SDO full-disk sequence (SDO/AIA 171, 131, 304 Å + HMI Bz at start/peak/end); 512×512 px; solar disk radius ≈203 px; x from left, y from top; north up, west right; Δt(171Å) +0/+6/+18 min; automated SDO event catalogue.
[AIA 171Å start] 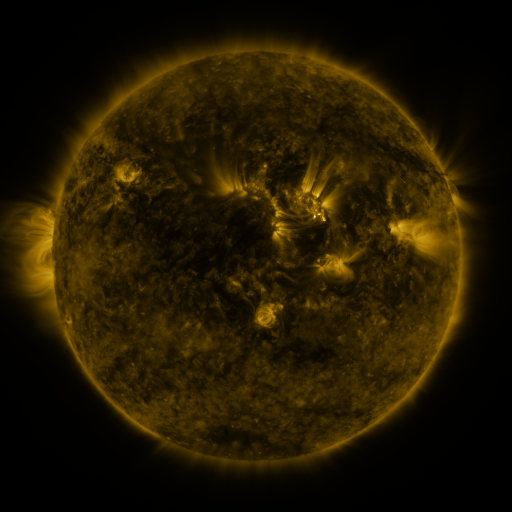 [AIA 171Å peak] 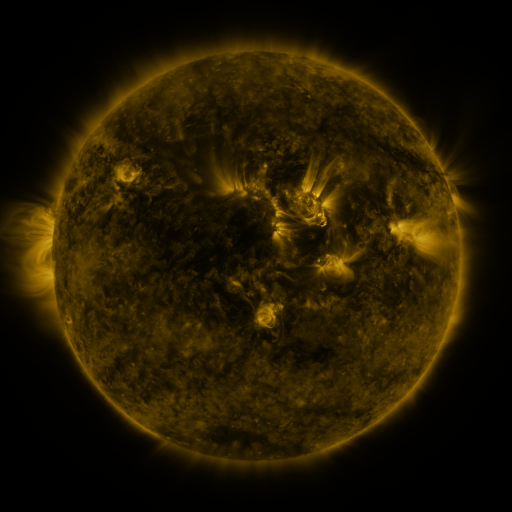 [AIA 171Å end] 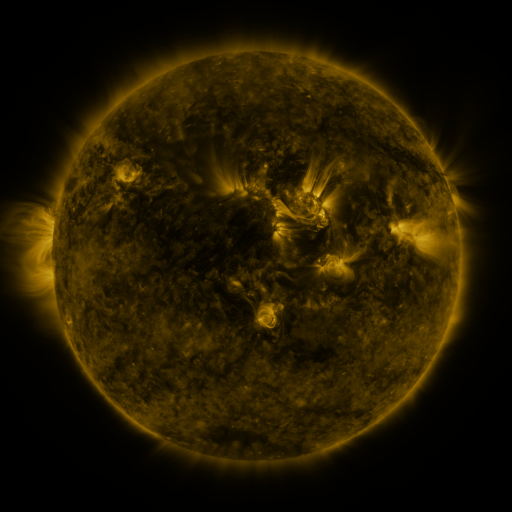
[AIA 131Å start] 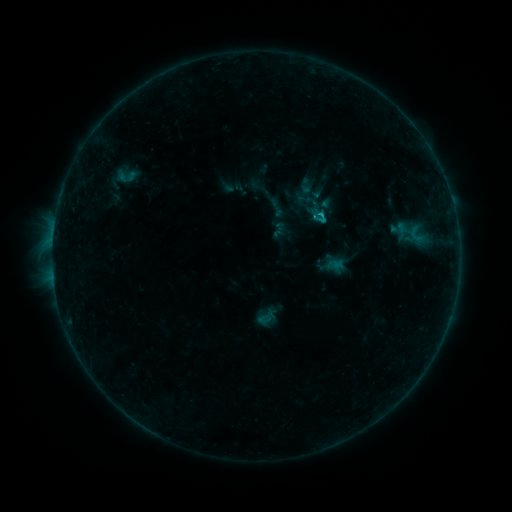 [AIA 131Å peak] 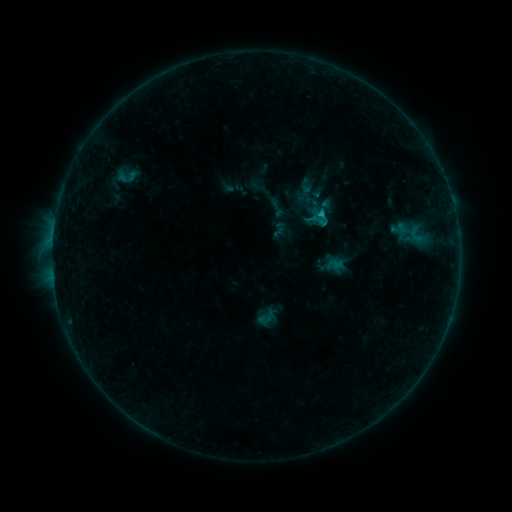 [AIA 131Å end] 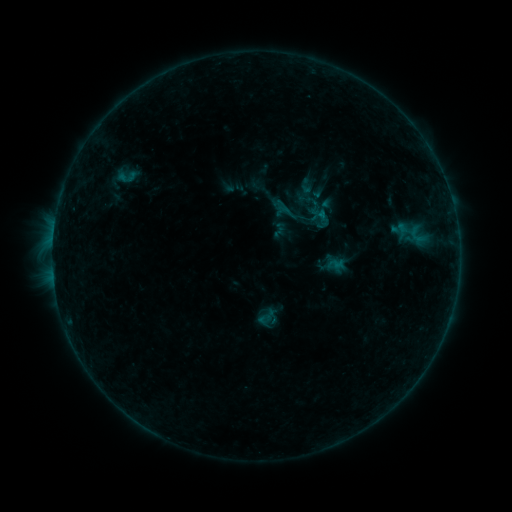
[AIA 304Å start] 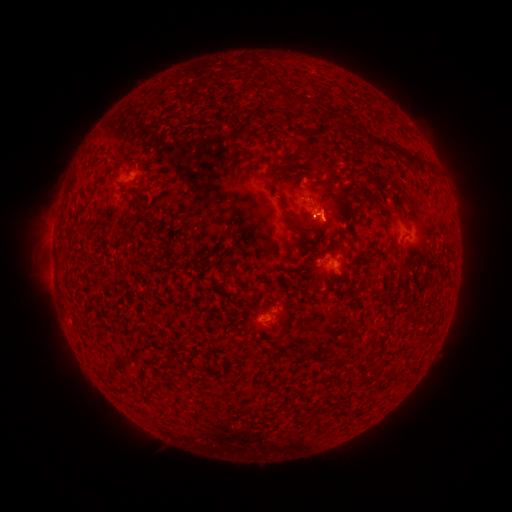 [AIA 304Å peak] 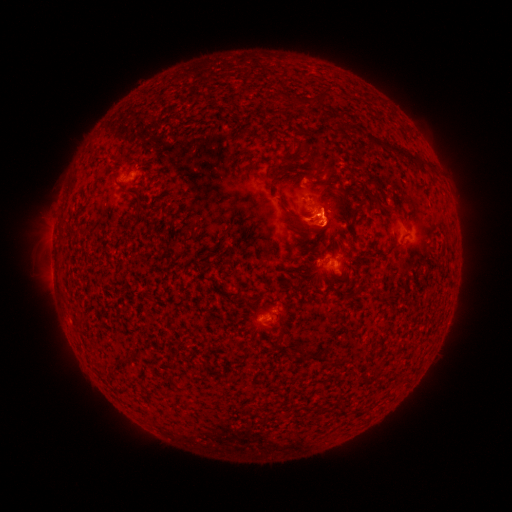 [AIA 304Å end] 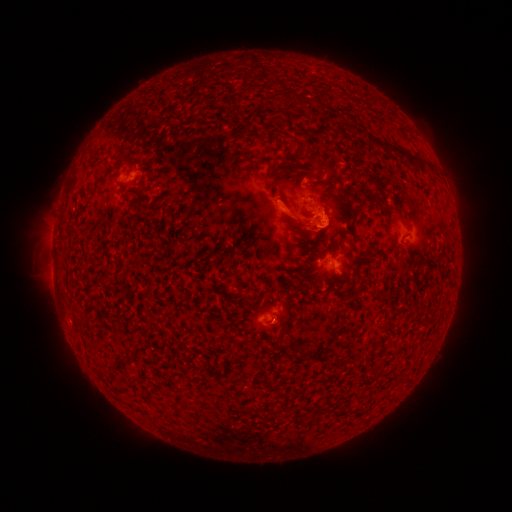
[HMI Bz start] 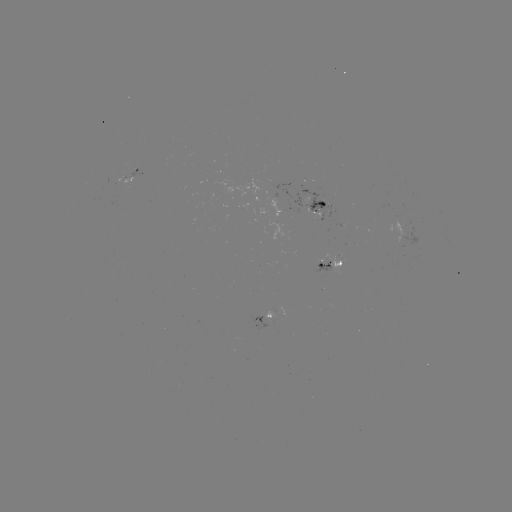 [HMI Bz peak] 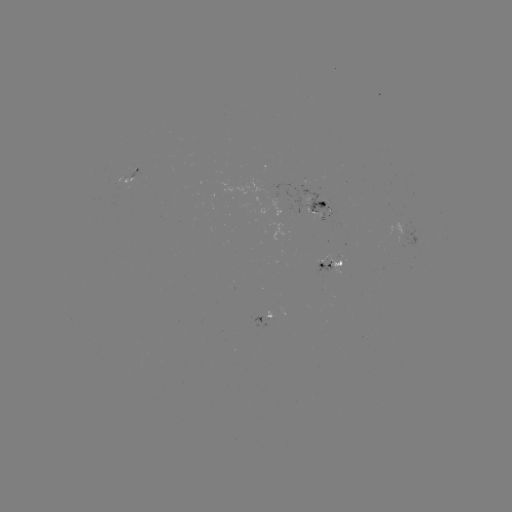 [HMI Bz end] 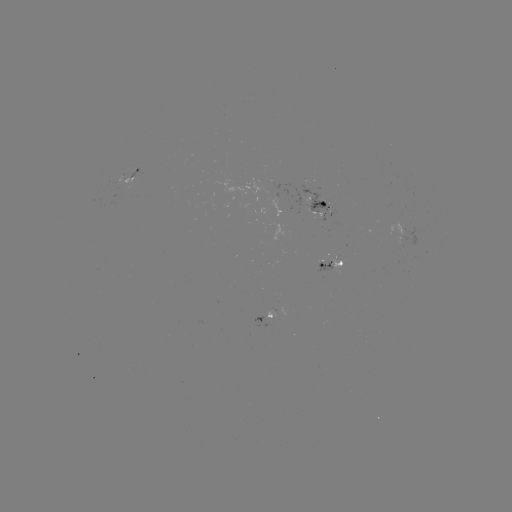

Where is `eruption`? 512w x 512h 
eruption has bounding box [267, 175, 361, 253].